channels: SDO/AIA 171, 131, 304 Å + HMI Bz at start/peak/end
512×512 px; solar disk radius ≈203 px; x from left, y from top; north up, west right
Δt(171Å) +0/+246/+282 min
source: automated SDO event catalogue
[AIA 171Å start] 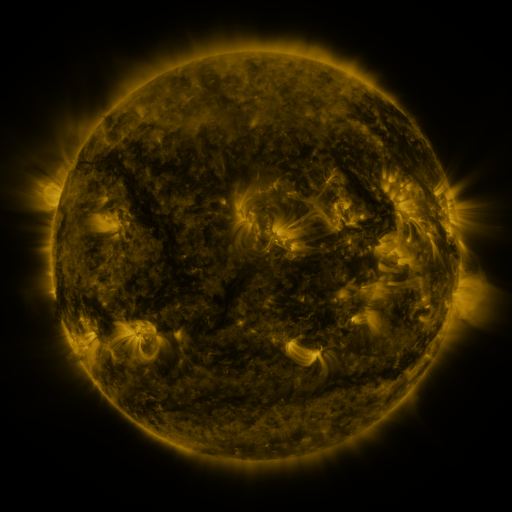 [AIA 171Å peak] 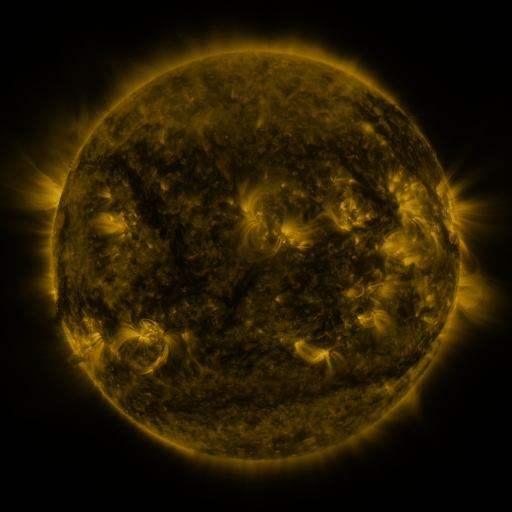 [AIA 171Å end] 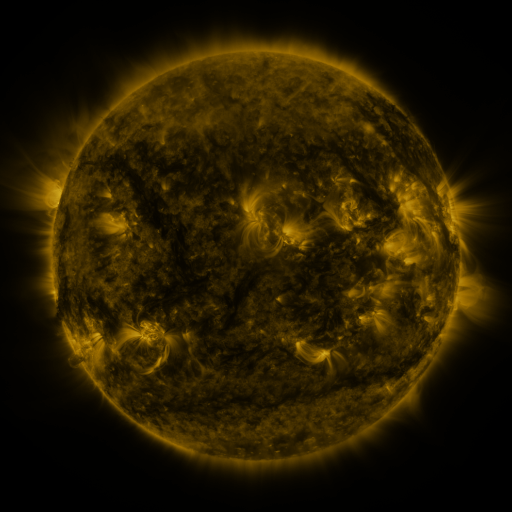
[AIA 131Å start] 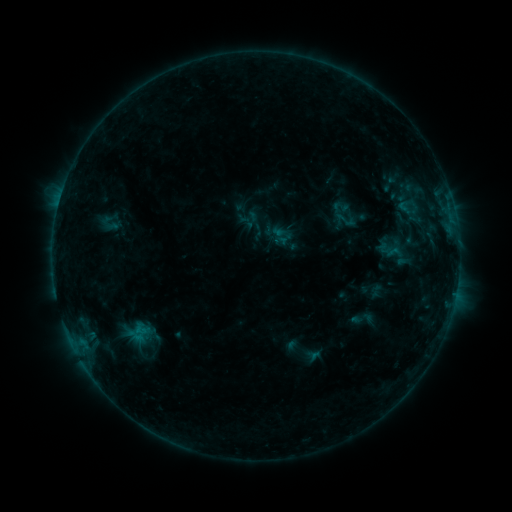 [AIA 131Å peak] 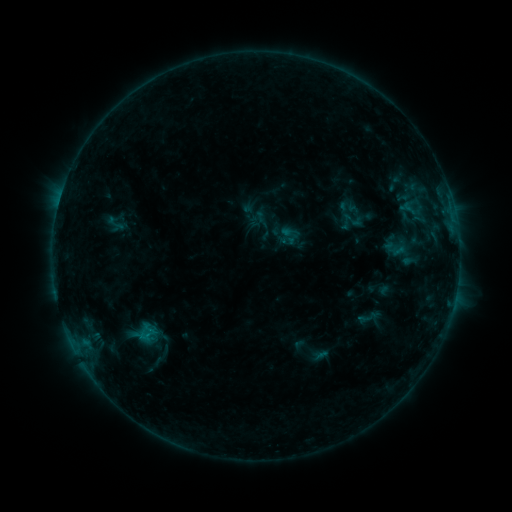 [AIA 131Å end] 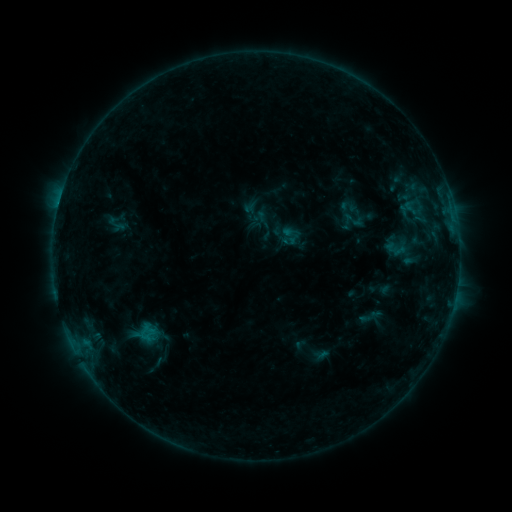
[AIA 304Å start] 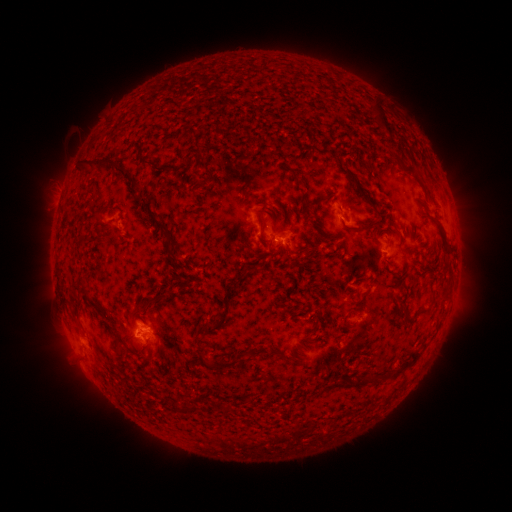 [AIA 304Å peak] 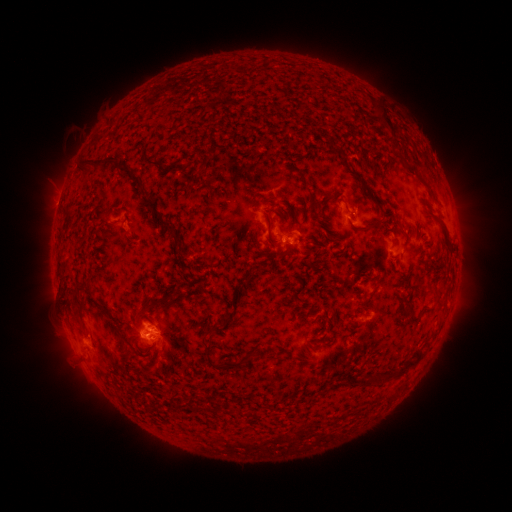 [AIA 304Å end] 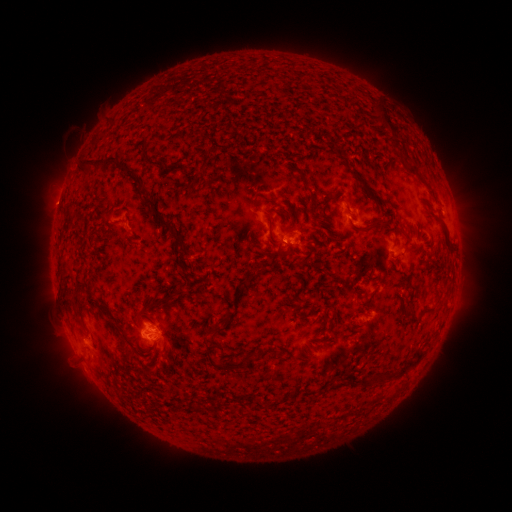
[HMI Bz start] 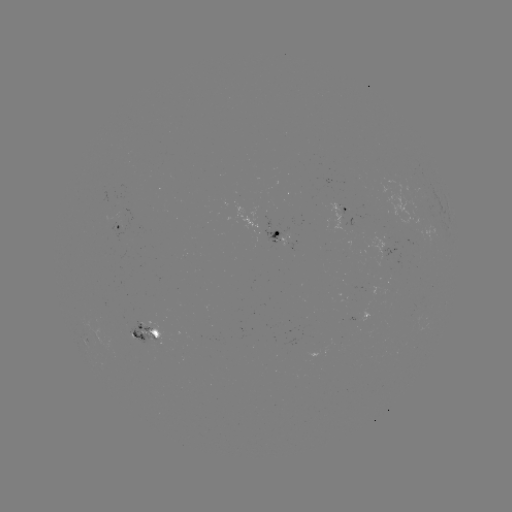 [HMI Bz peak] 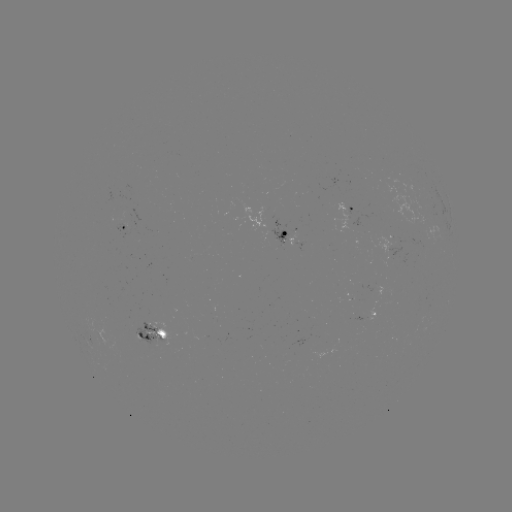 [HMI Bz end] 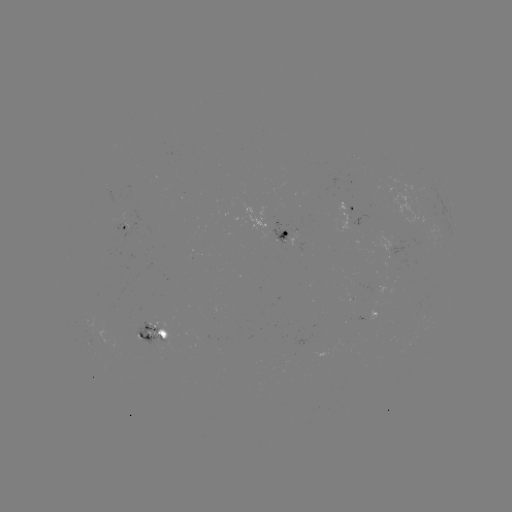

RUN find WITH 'emerging-flux region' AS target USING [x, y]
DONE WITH [281, 239] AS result